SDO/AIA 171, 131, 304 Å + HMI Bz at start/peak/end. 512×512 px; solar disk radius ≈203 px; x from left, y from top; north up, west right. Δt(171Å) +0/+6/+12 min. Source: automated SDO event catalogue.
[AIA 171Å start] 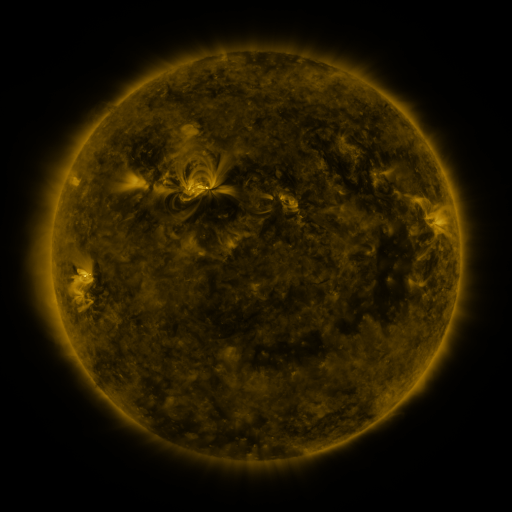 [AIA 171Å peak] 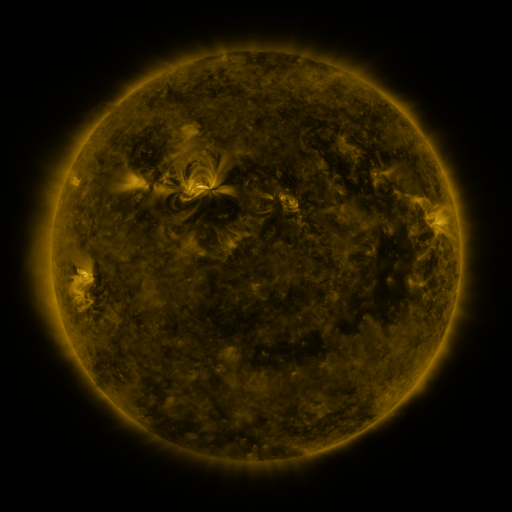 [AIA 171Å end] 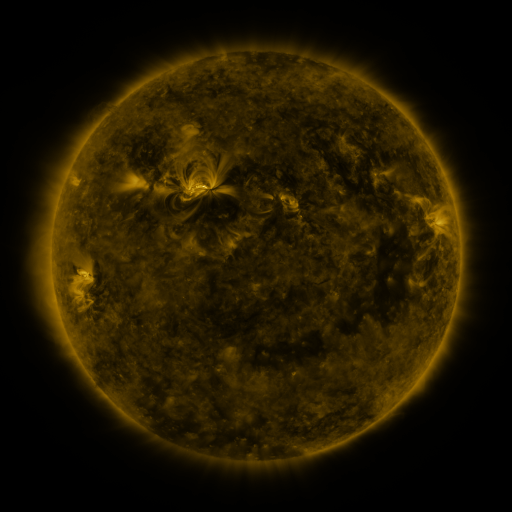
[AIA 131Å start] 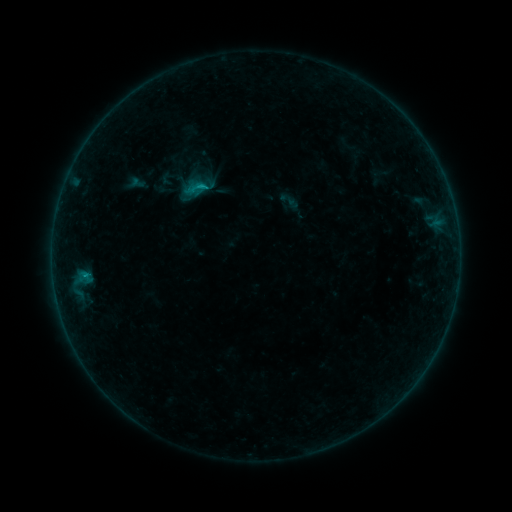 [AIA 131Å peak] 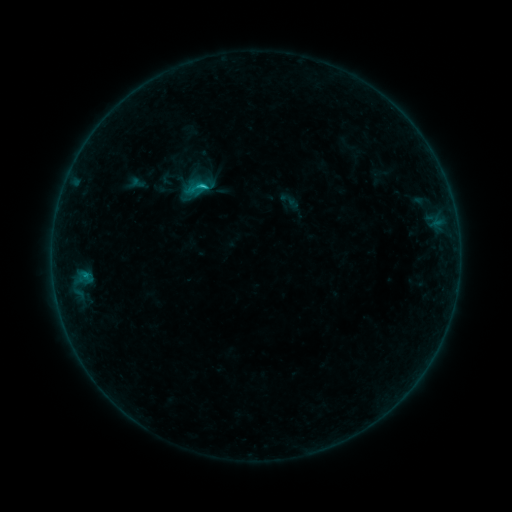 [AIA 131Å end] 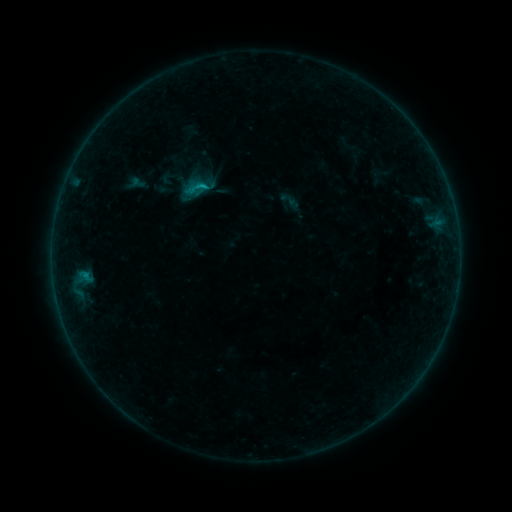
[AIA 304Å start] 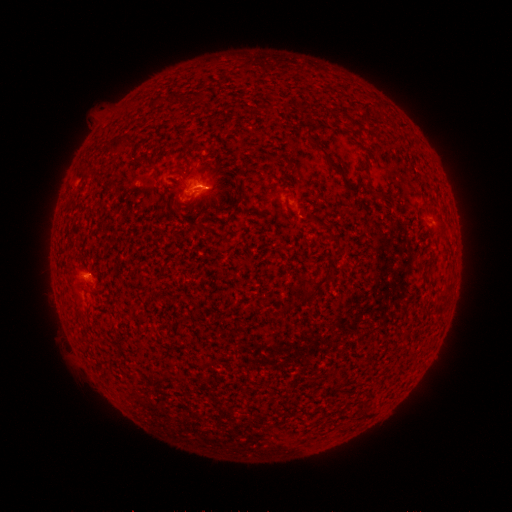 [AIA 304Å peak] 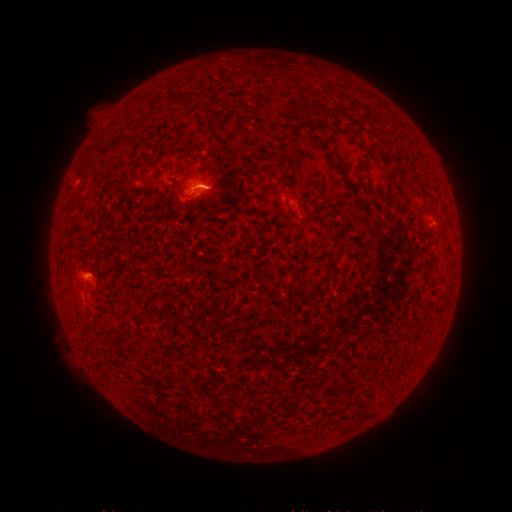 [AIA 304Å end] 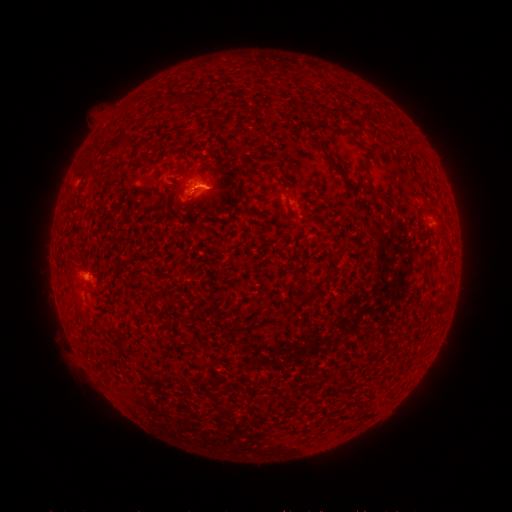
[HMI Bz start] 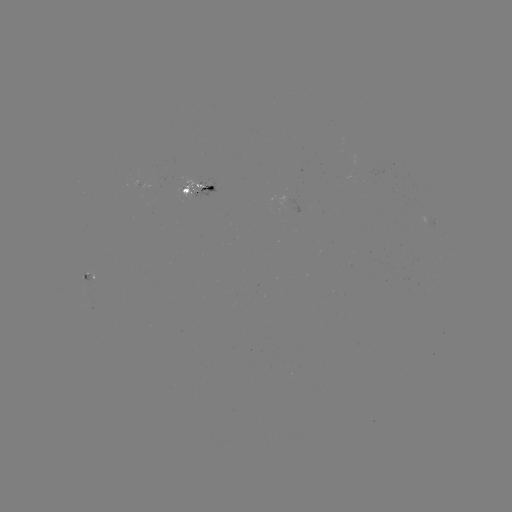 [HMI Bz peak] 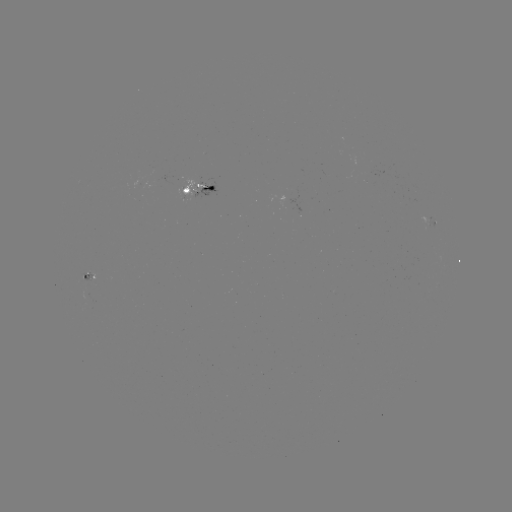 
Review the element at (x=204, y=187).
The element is B6.6 flare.